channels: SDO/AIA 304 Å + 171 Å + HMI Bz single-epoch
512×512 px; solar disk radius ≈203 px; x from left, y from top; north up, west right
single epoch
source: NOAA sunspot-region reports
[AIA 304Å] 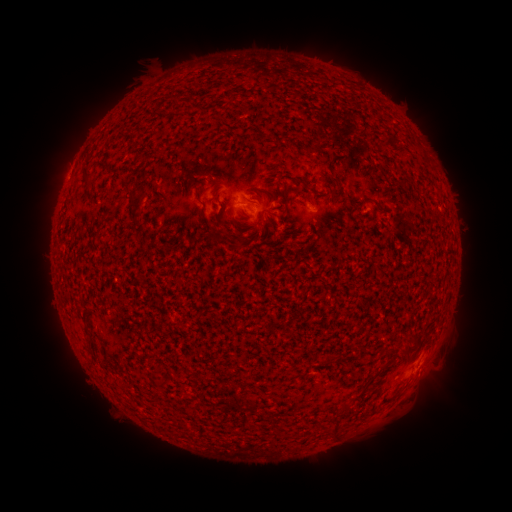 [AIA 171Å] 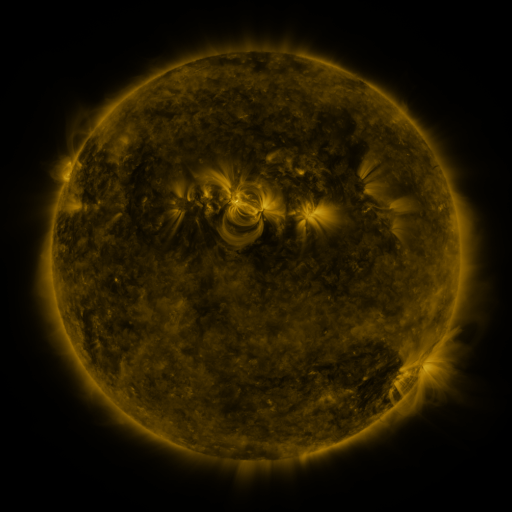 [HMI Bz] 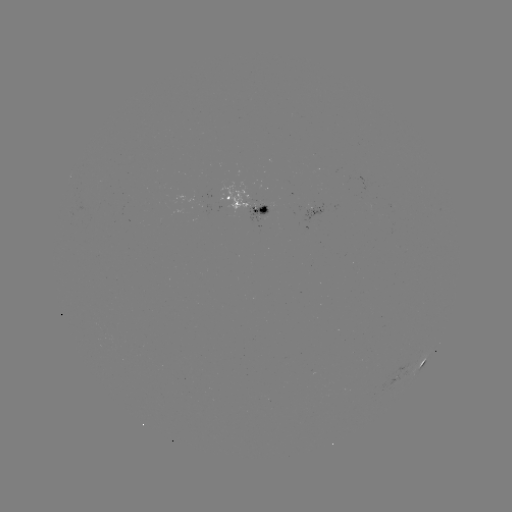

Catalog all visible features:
spotted active region: (249, 202)
spotted active region: (318, 208)
spotted active region: (423, 363)
